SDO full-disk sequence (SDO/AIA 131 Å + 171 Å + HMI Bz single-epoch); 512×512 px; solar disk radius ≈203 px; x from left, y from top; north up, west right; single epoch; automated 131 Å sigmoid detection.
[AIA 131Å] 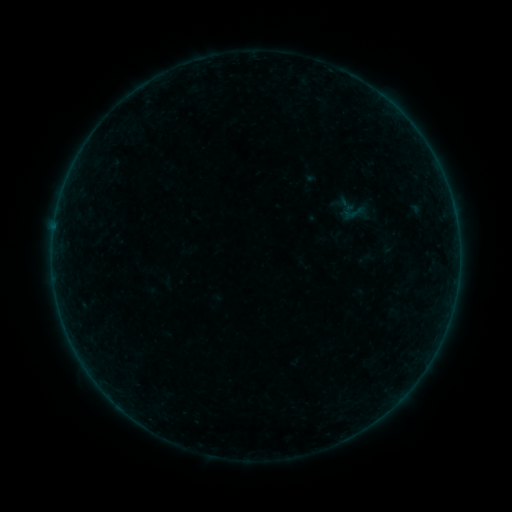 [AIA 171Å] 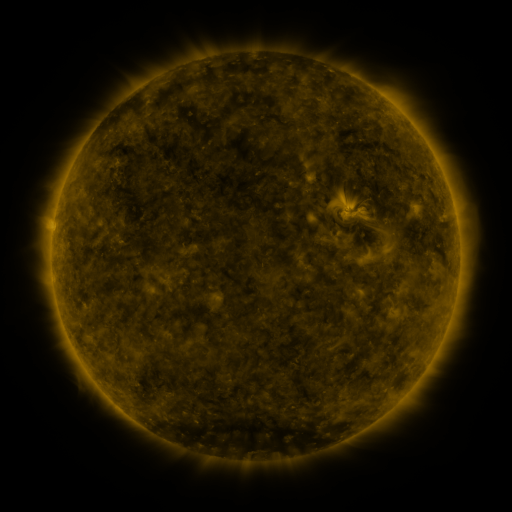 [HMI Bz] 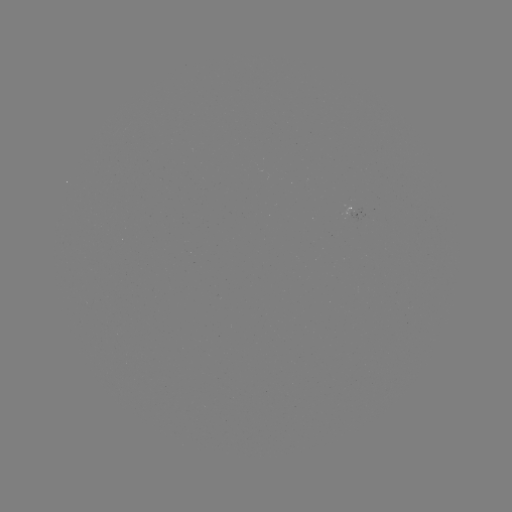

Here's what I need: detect sigmoid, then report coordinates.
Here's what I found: sigmoid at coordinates (356, 213).